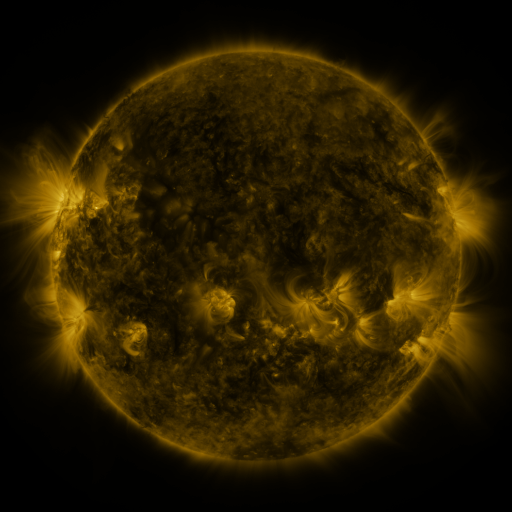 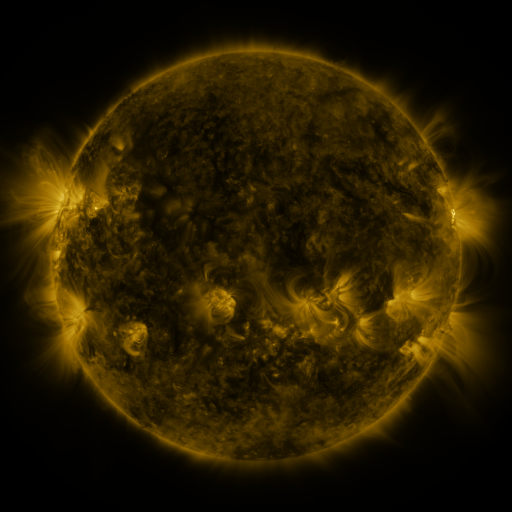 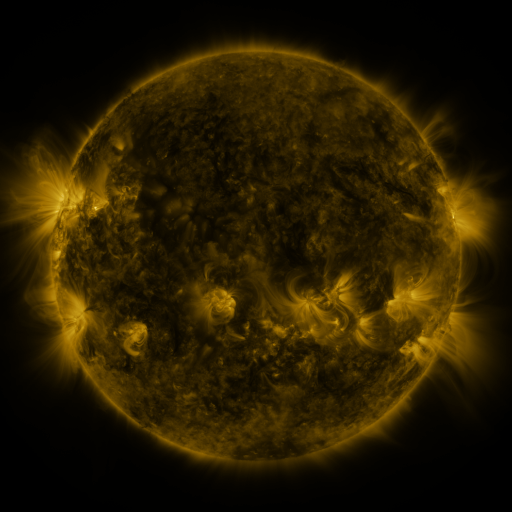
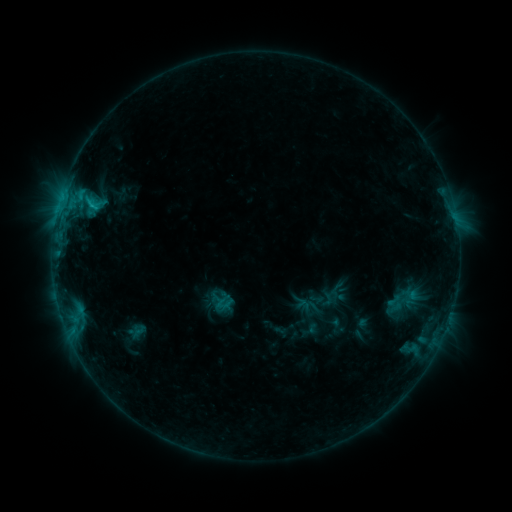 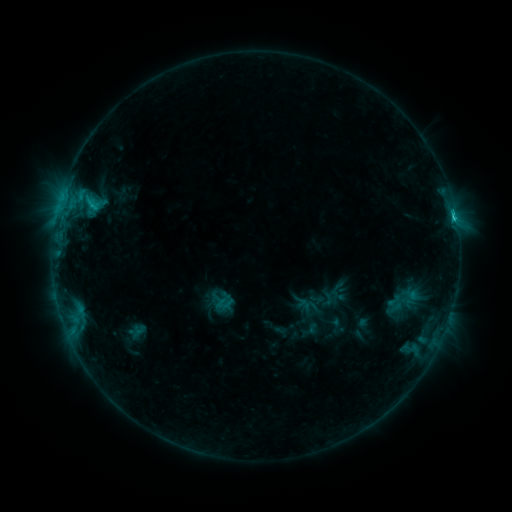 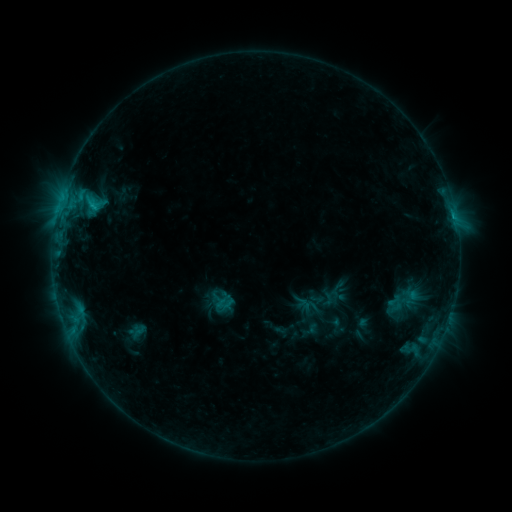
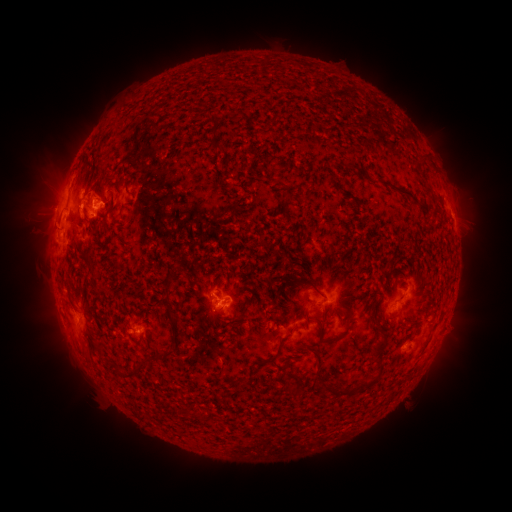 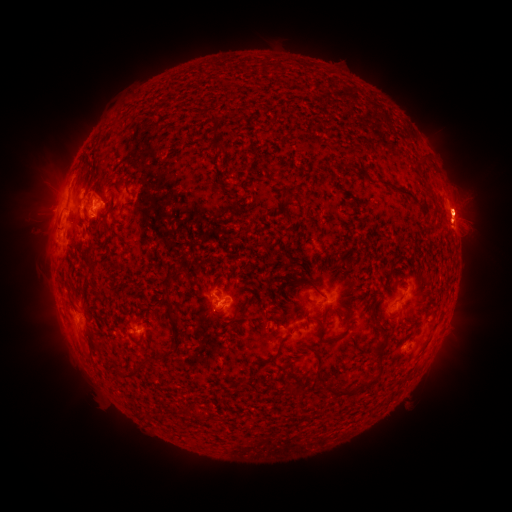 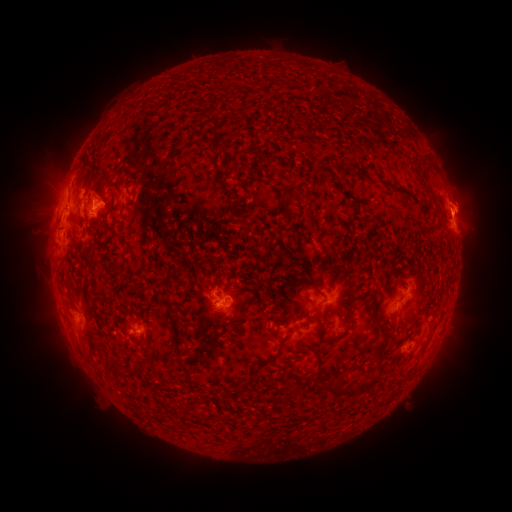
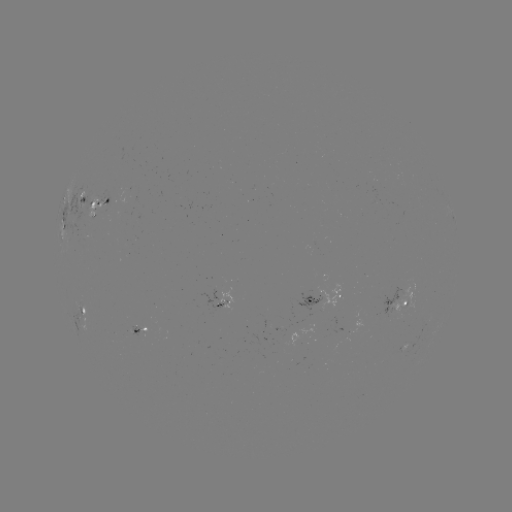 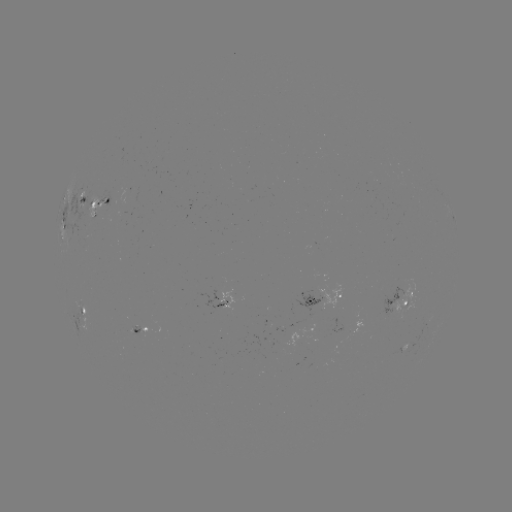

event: flare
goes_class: C1.8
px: (453, 216)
